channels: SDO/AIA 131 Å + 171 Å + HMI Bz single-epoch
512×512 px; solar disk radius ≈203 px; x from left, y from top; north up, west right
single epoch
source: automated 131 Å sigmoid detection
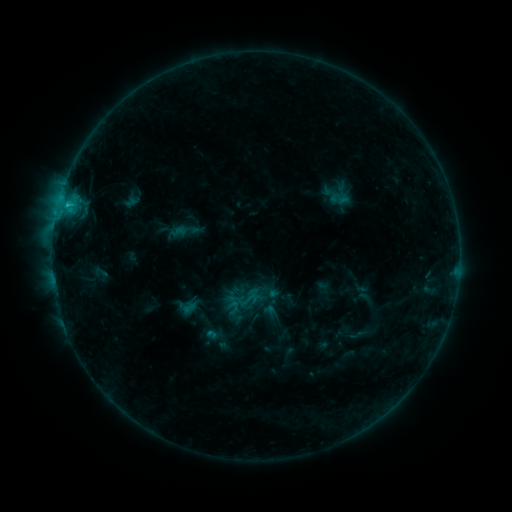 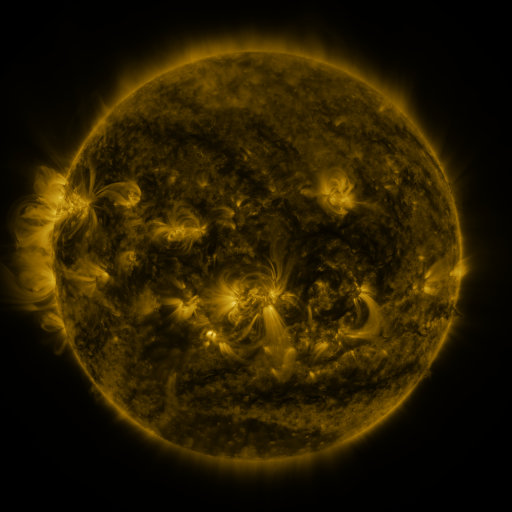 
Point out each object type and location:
sigmoid: (179, 231)
sigmoid: (250, 299)
